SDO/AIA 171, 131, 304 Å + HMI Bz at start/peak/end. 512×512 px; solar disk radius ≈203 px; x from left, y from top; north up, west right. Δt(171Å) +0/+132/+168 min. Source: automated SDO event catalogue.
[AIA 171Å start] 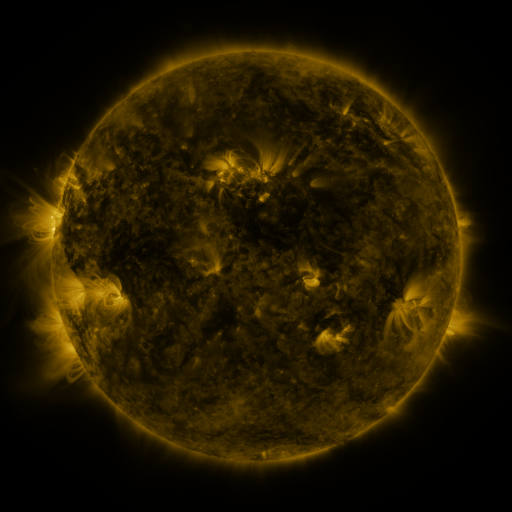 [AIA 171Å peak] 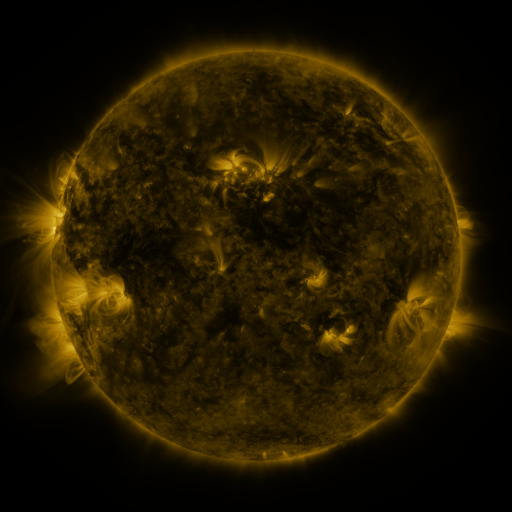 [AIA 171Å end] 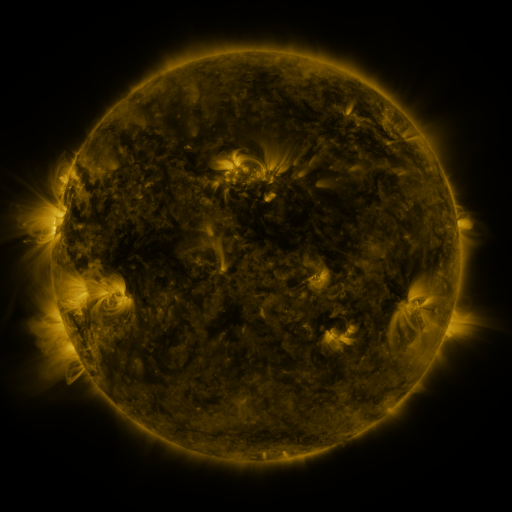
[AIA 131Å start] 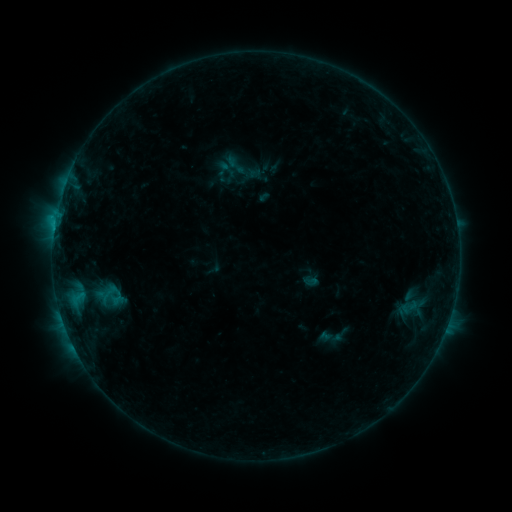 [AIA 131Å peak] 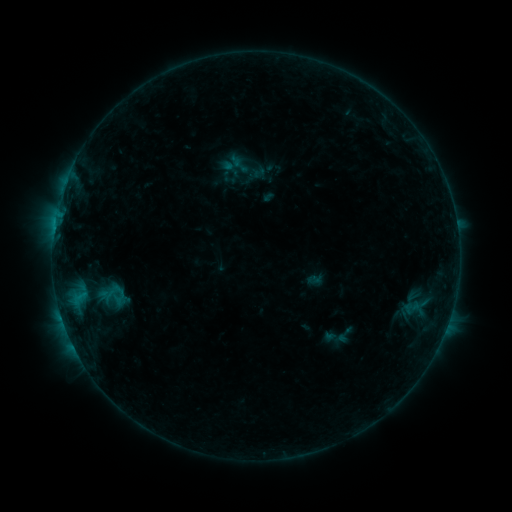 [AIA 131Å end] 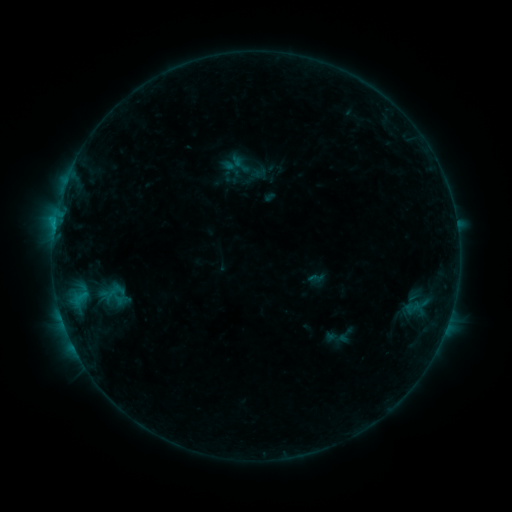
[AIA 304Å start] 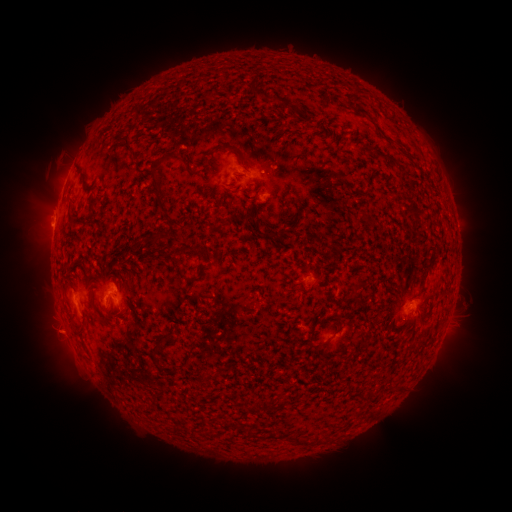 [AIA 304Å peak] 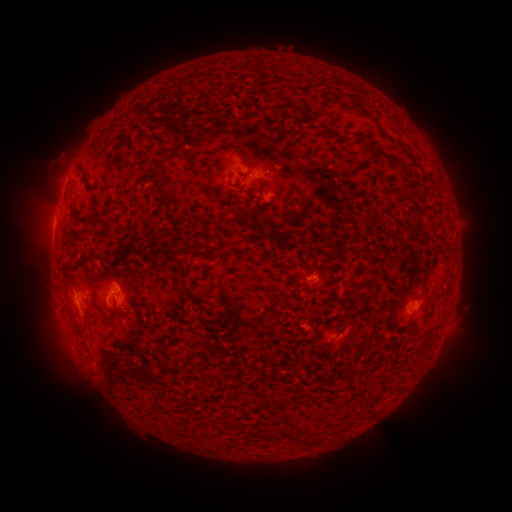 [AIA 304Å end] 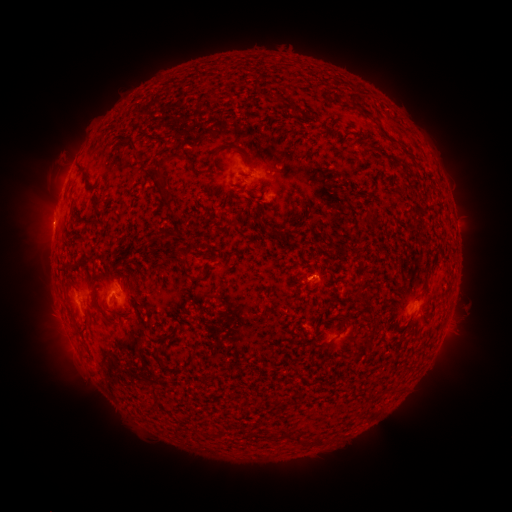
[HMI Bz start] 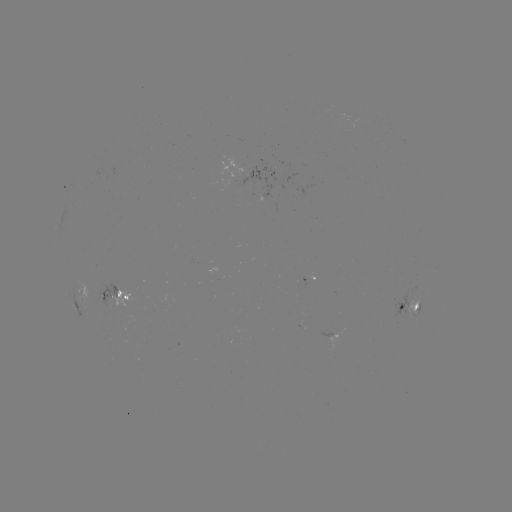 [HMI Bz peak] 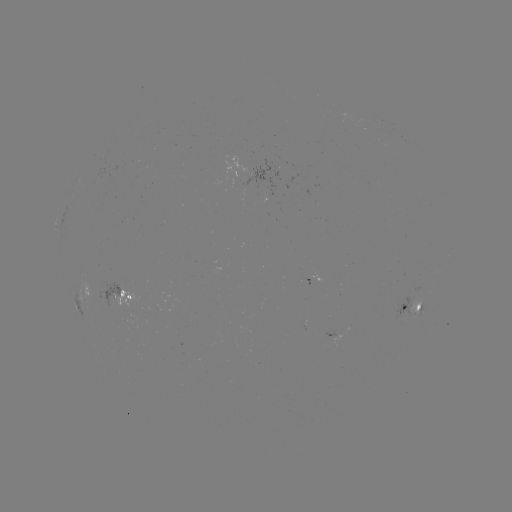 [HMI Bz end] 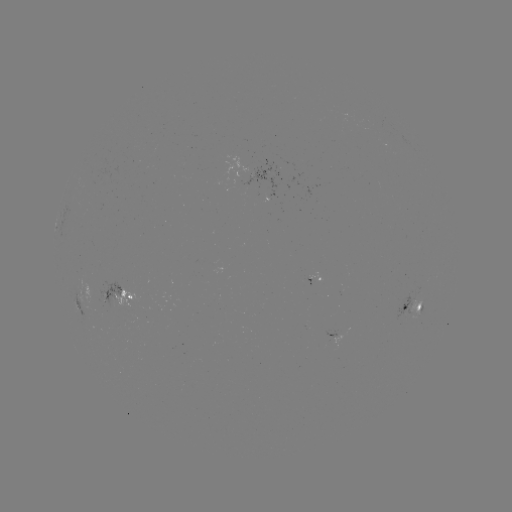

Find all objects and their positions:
emerging-flux region: (111, 296)
